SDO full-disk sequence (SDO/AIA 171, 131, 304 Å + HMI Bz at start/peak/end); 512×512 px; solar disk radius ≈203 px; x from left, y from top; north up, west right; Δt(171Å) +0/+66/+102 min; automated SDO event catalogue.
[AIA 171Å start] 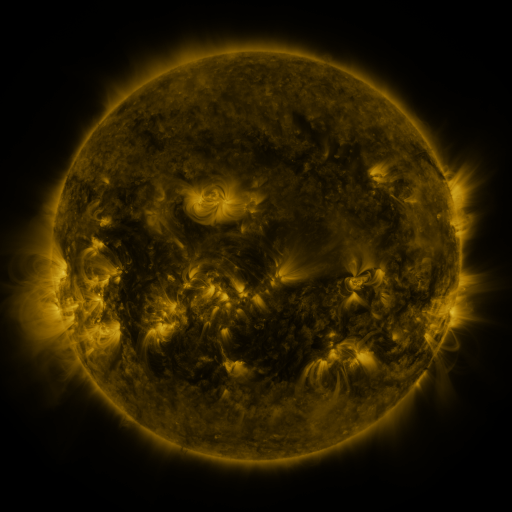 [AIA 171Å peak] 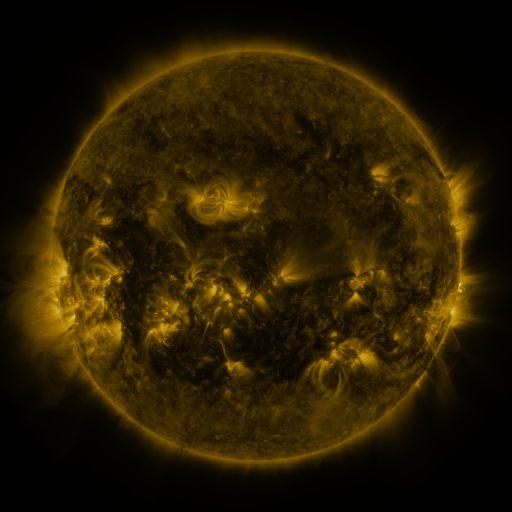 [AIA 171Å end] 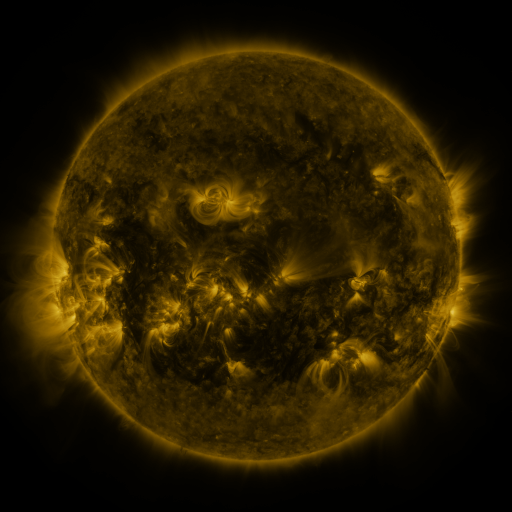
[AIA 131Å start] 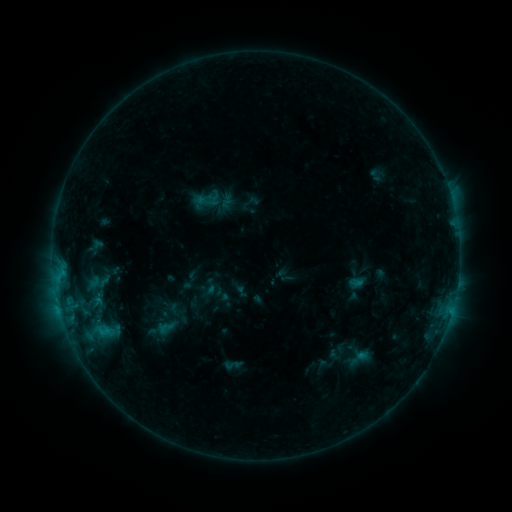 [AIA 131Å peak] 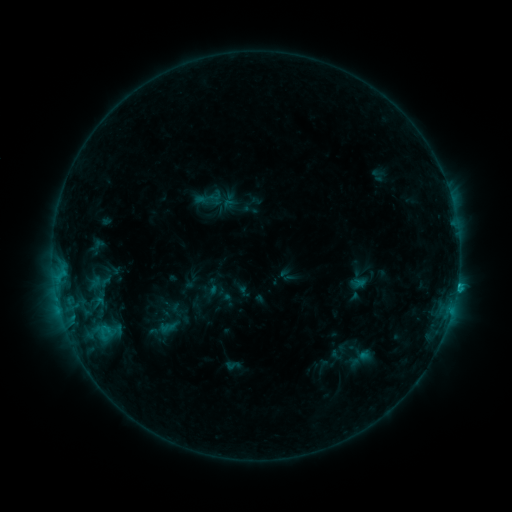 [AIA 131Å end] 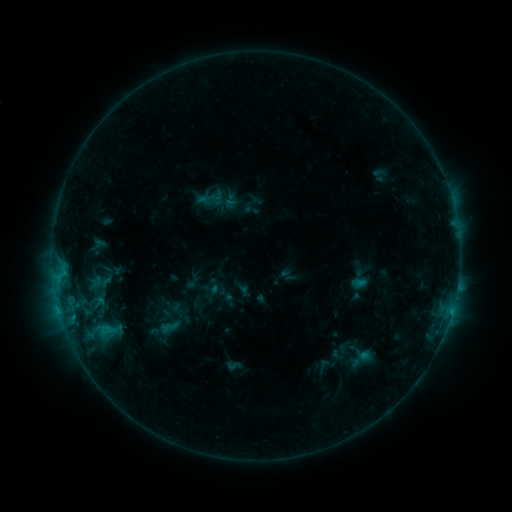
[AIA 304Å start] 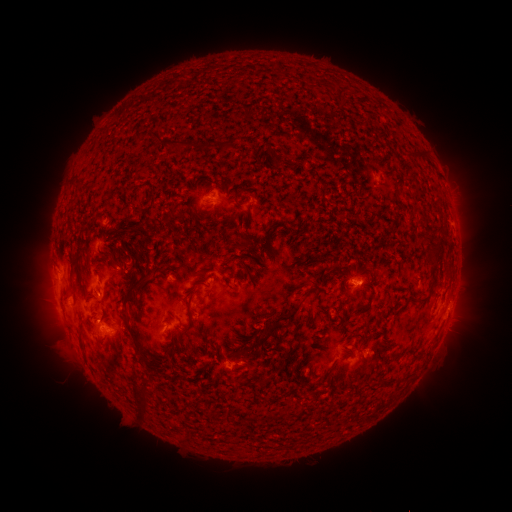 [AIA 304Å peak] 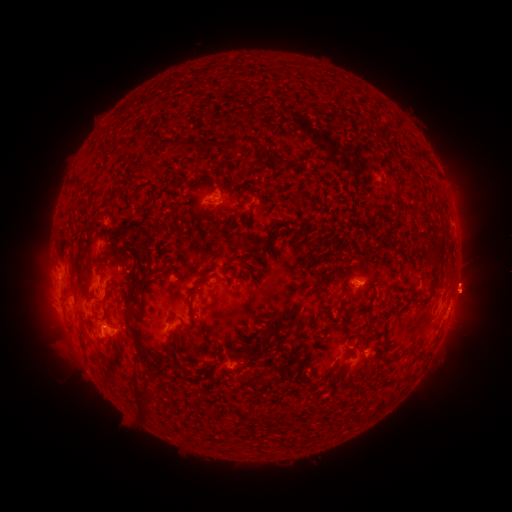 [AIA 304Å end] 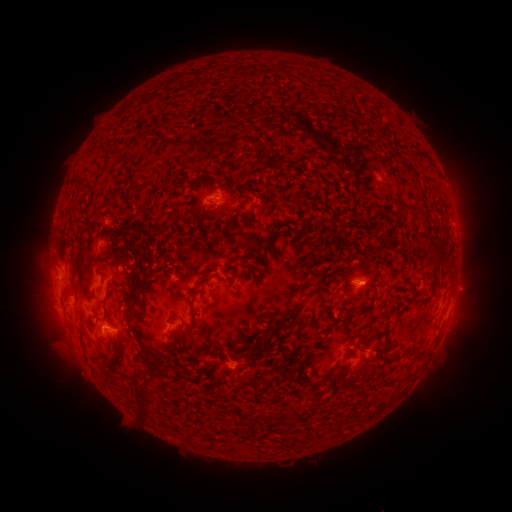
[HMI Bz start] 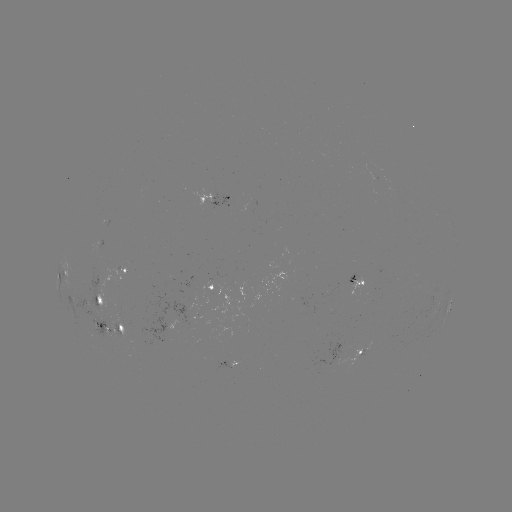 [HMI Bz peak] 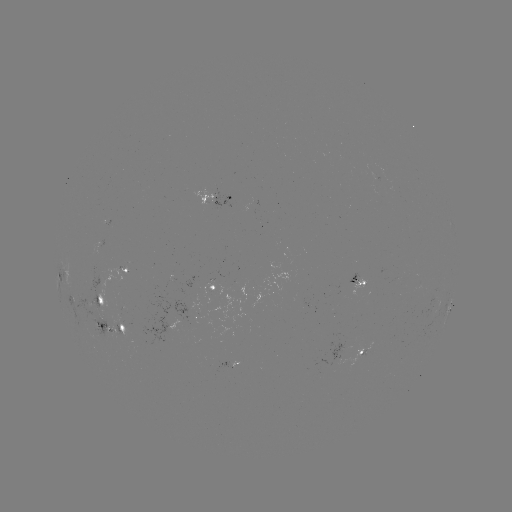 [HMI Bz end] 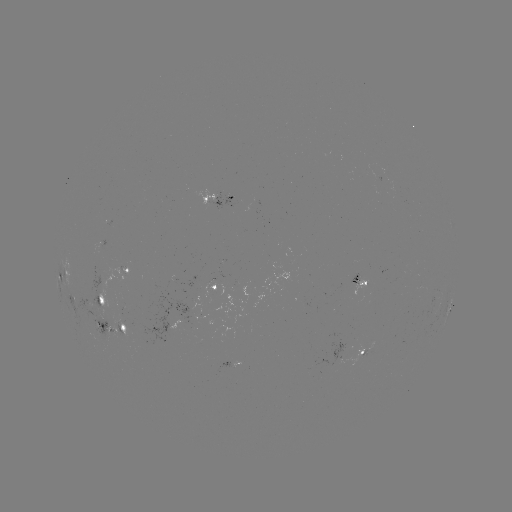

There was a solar emerging-flux region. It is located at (231, 202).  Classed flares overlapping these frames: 1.